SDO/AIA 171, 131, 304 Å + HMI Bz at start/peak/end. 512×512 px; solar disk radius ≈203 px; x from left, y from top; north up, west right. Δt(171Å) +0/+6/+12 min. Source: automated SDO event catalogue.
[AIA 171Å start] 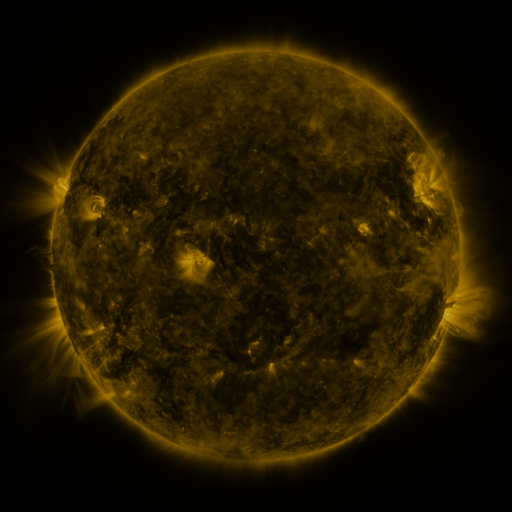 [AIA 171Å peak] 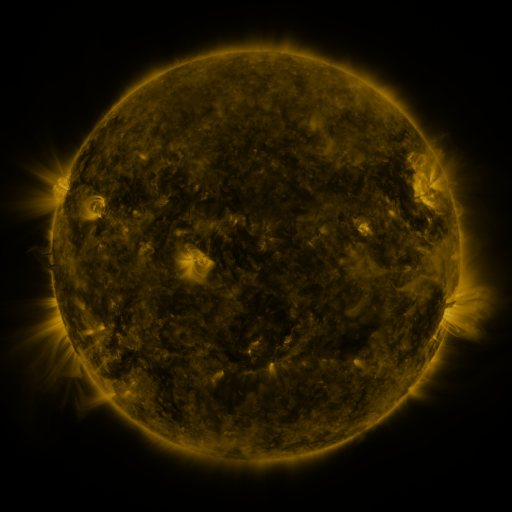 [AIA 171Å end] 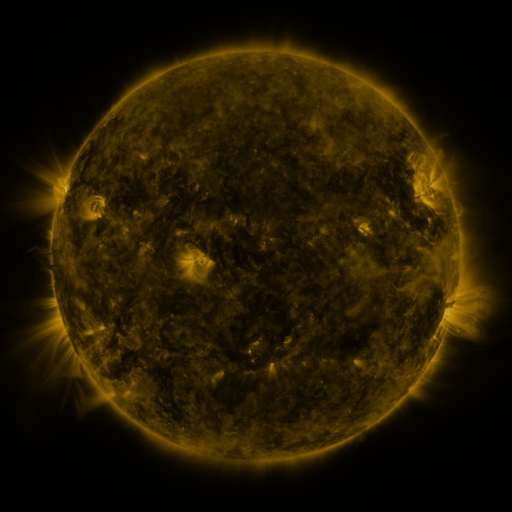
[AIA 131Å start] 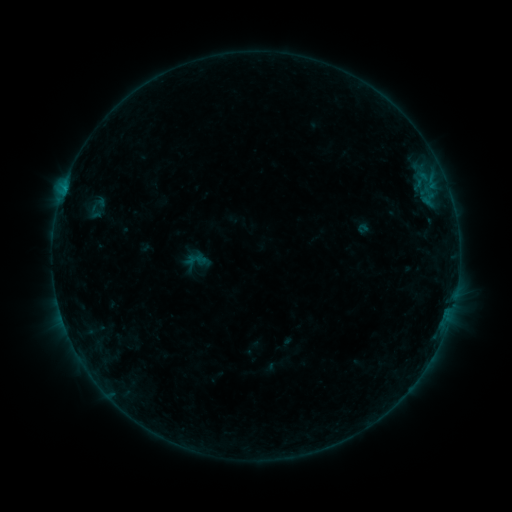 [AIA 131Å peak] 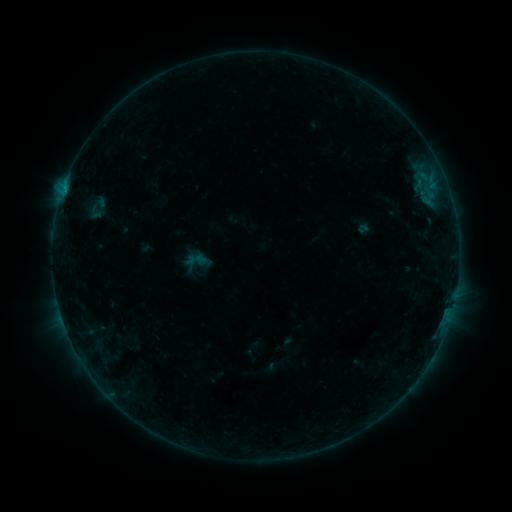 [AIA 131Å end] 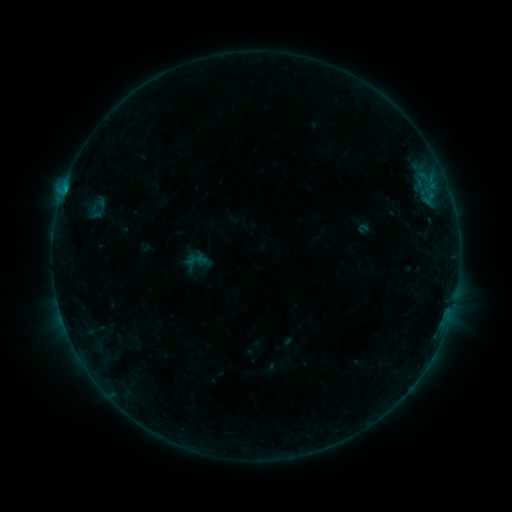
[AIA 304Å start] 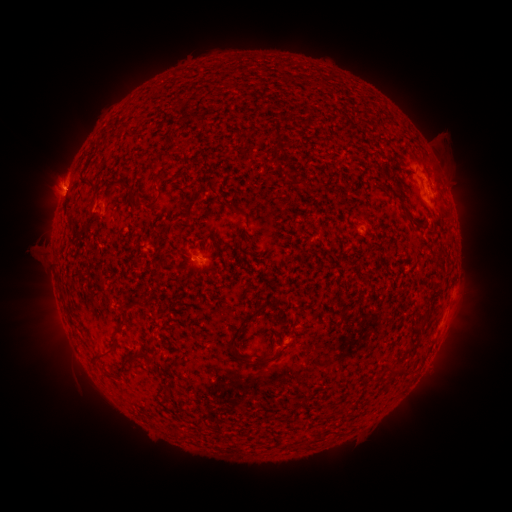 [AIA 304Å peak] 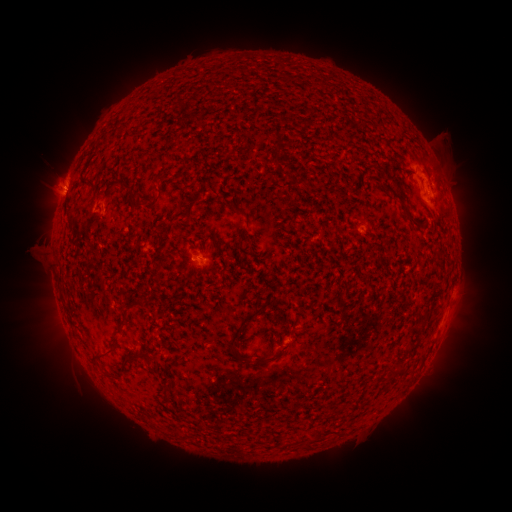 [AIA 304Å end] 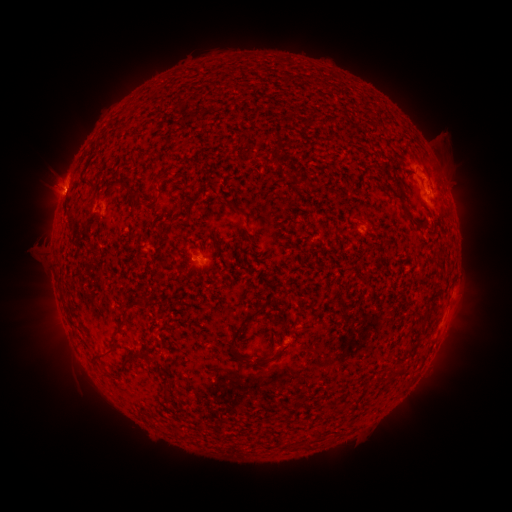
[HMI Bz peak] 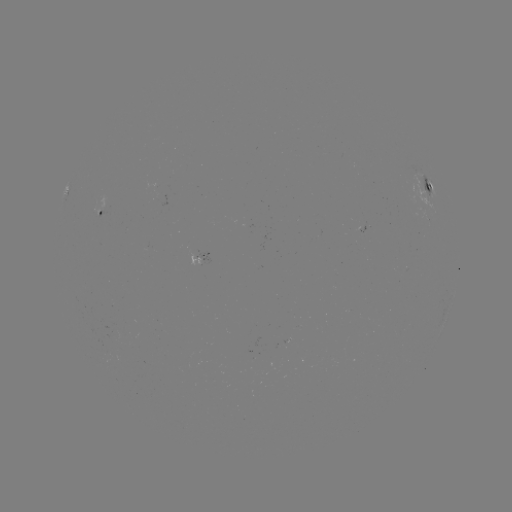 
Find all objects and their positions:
B6.0 flare: (317, 323)
